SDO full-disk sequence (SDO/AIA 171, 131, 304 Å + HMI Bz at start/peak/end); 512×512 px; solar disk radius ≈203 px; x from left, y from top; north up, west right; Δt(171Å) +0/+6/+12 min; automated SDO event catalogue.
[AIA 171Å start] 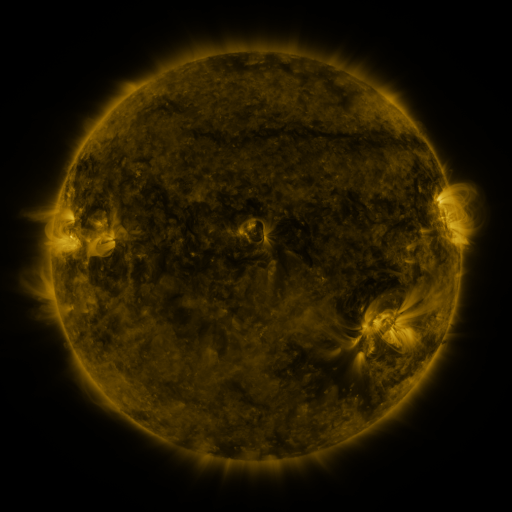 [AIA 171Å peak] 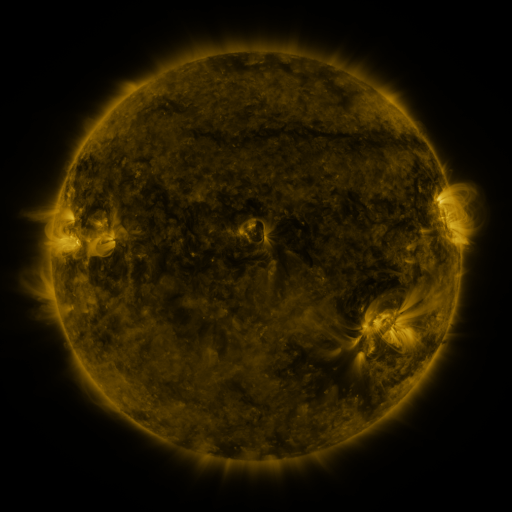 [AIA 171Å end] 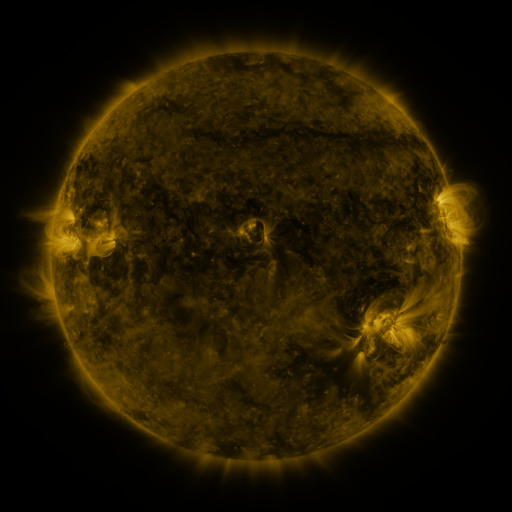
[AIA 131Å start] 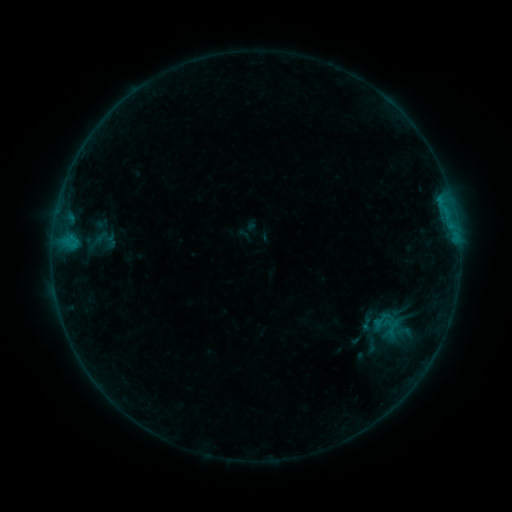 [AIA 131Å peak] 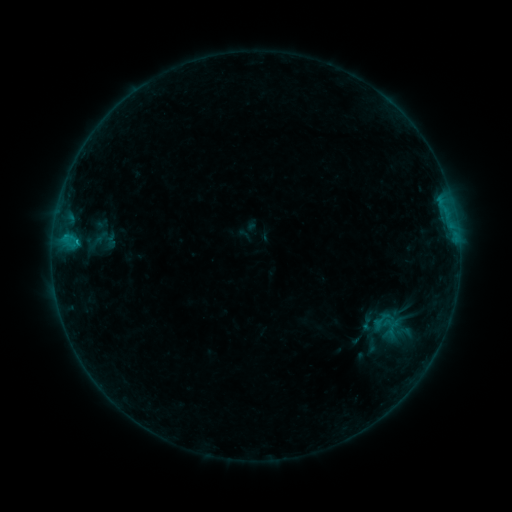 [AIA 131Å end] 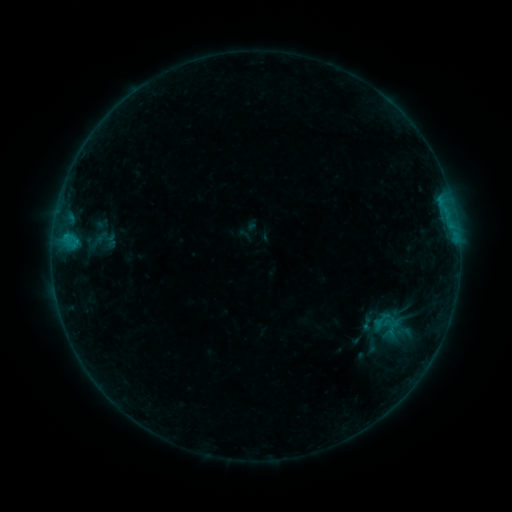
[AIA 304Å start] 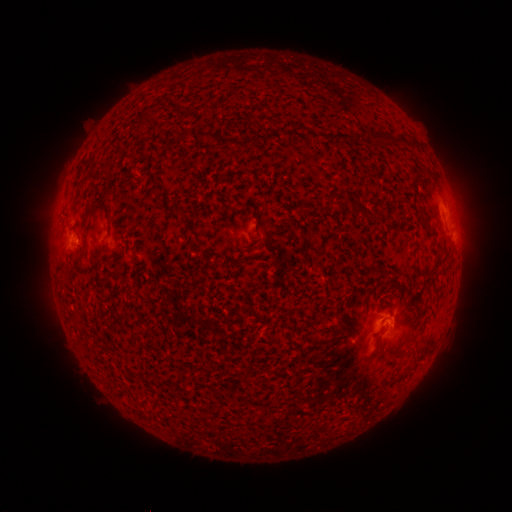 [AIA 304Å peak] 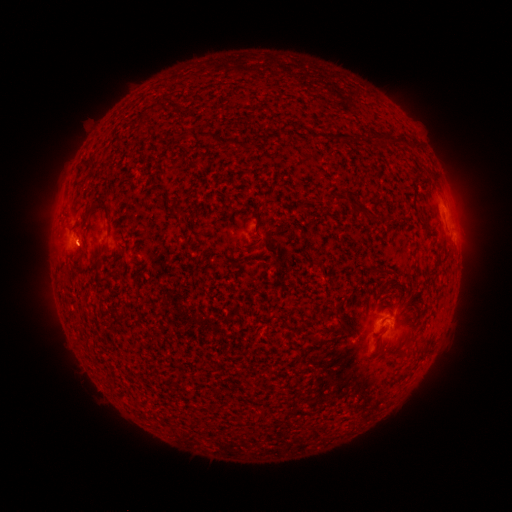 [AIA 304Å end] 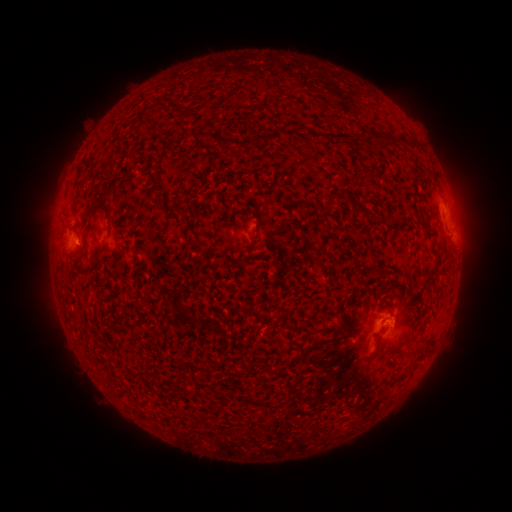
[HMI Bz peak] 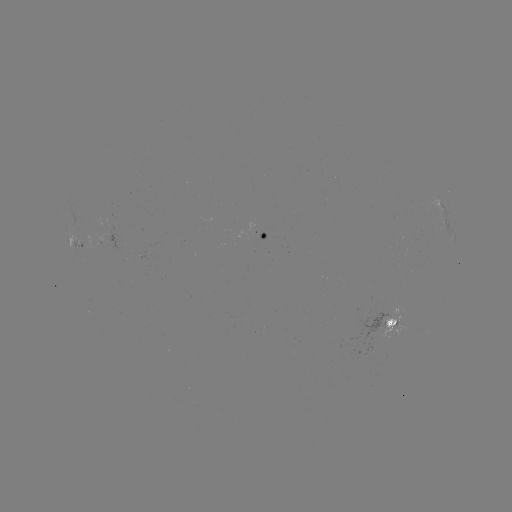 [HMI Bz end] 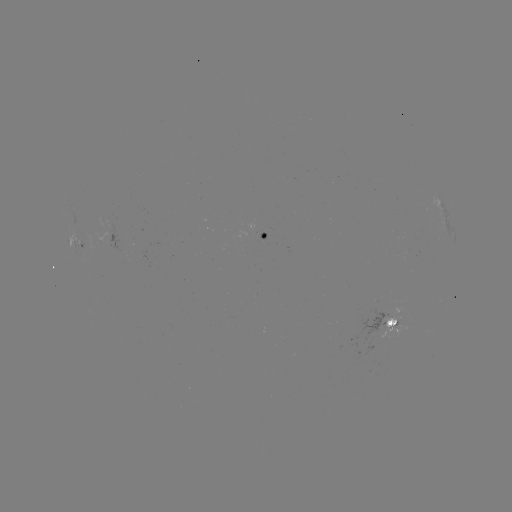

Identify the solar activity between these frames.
B4.4 flare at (445, 212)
